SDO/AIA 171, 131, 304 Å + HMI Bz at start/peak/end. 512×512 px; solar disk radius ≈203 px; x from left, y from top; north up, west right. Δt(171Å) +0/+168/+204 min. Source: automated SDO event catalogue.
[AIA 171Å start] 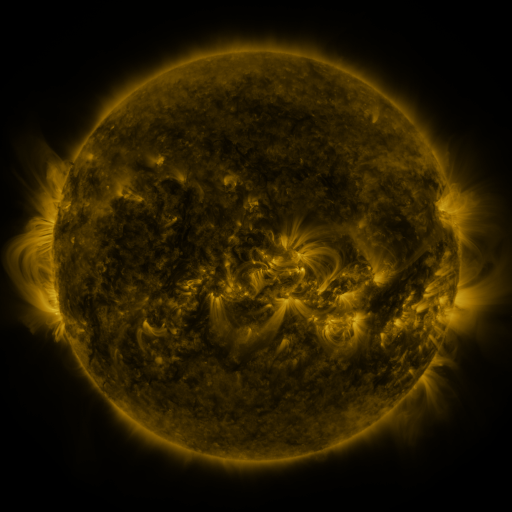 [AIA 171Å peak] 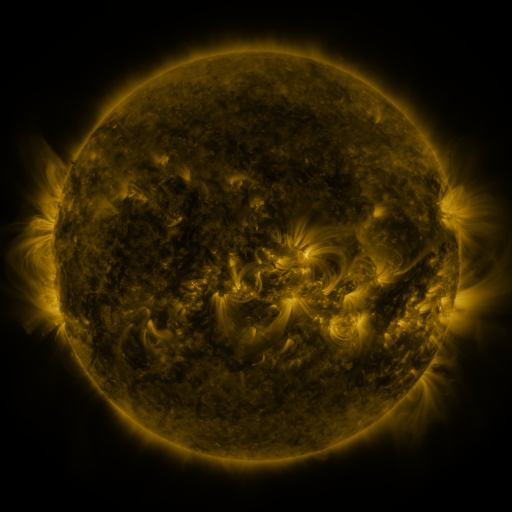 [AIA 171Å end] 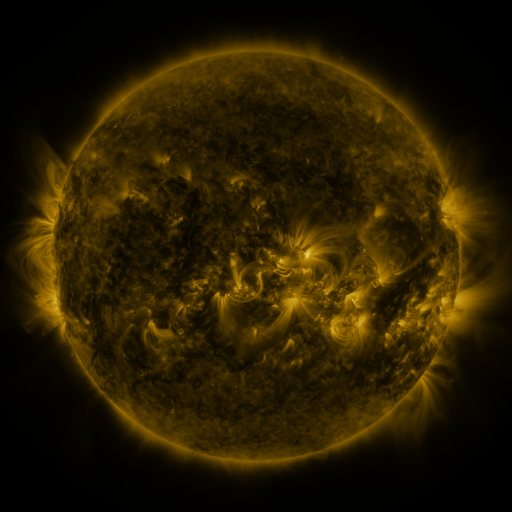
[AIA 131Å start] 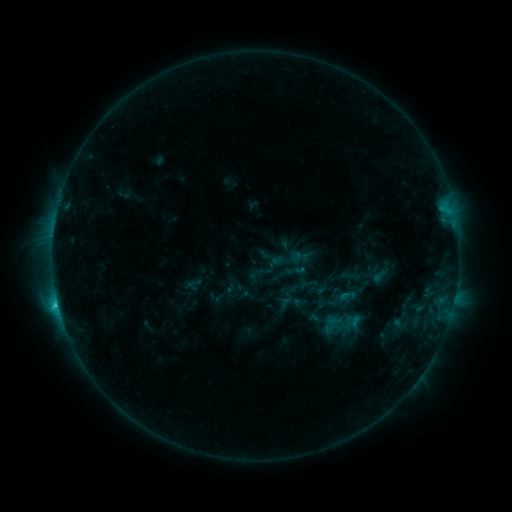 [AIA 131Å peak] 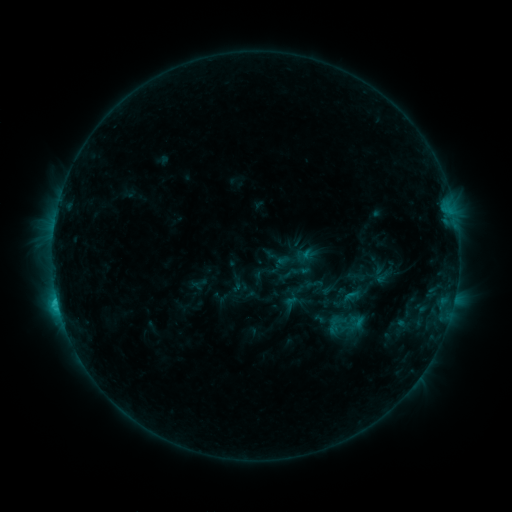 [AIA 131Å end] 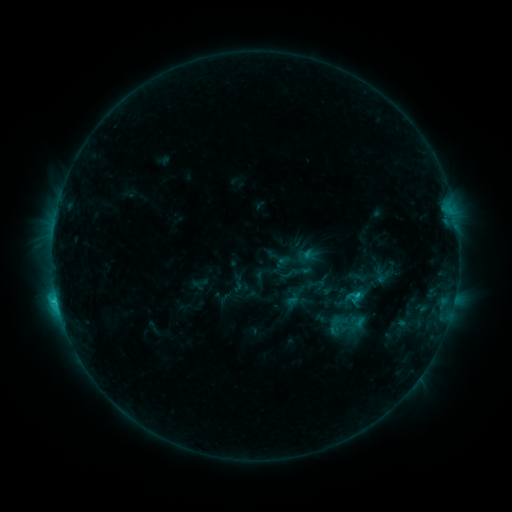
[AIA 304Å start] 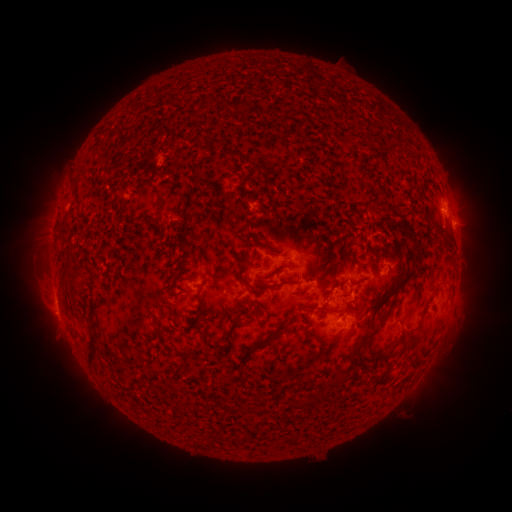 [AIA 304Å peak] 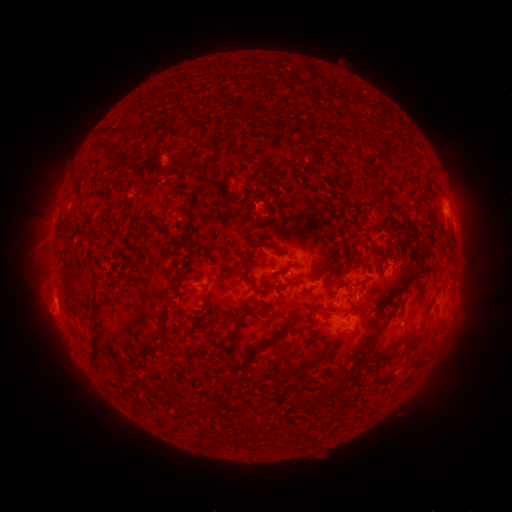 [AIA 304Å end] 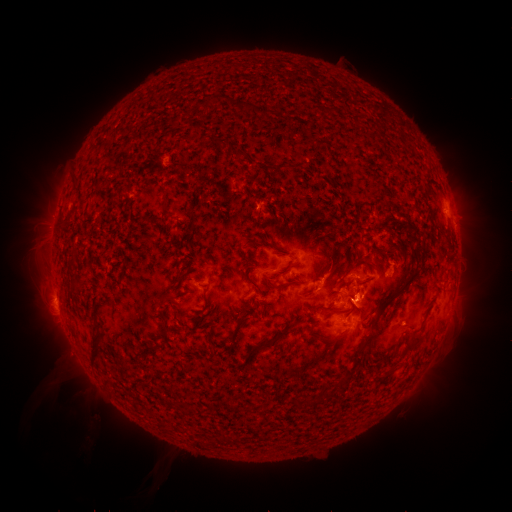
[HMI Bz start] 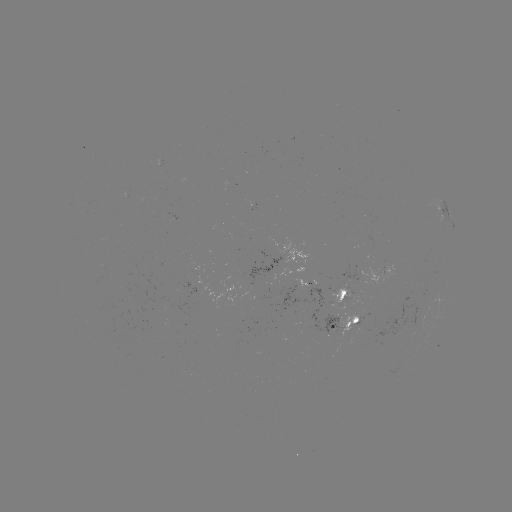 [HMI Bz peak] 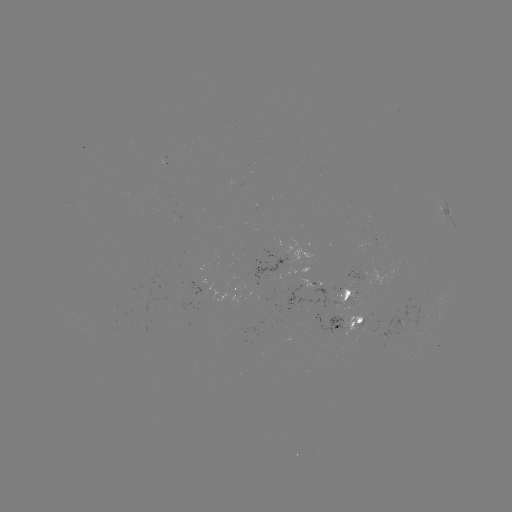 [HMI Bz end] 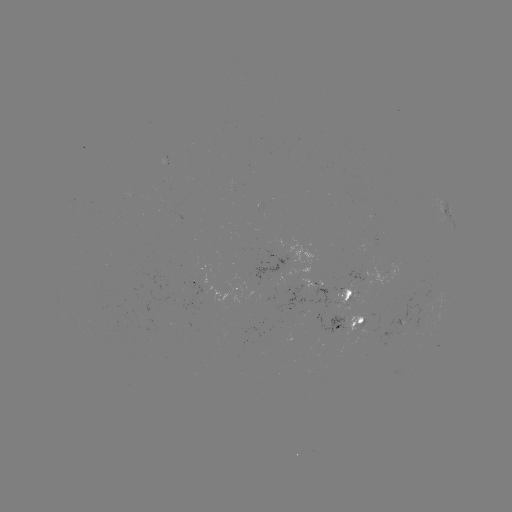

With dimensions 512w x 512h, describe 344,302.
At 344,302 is emerging-flux region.